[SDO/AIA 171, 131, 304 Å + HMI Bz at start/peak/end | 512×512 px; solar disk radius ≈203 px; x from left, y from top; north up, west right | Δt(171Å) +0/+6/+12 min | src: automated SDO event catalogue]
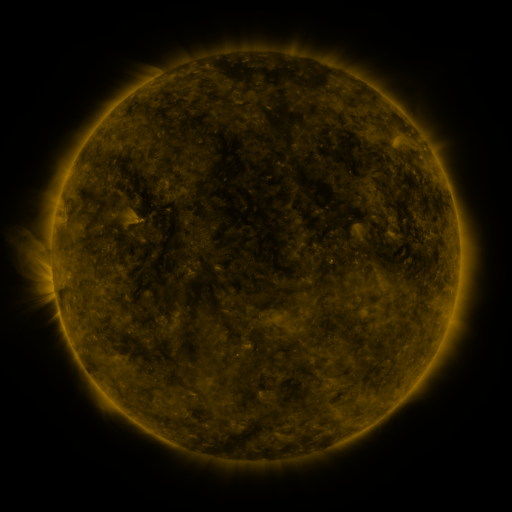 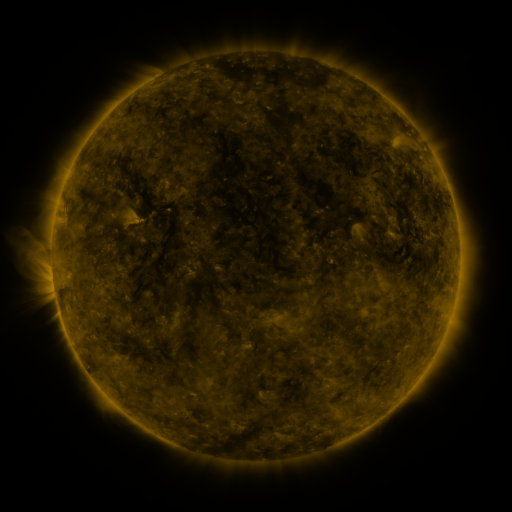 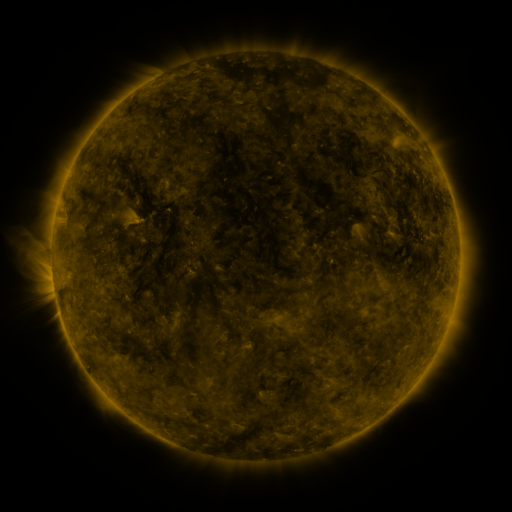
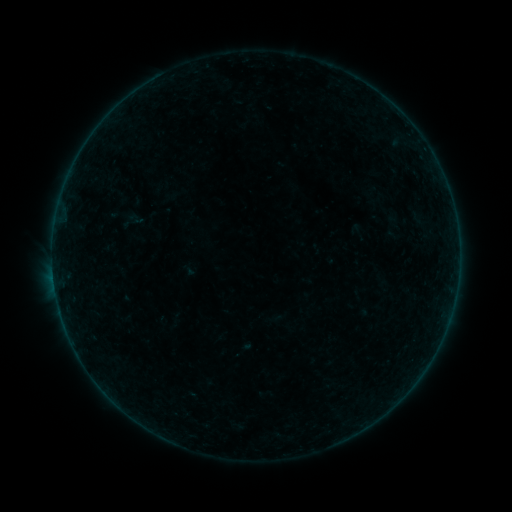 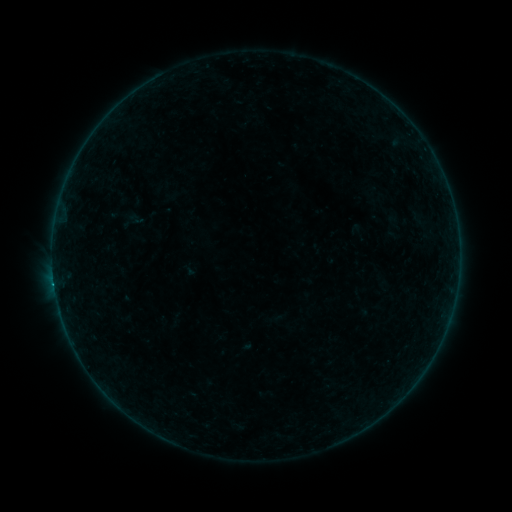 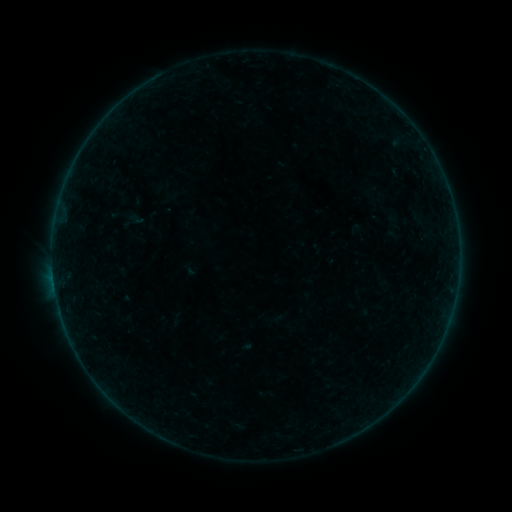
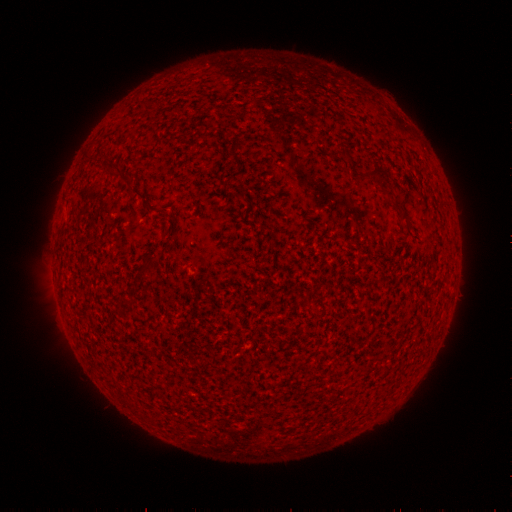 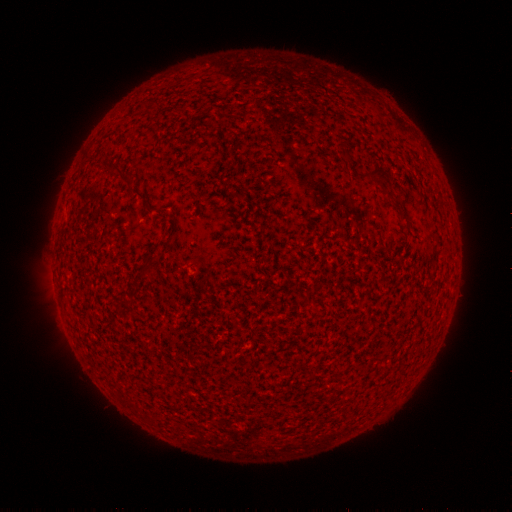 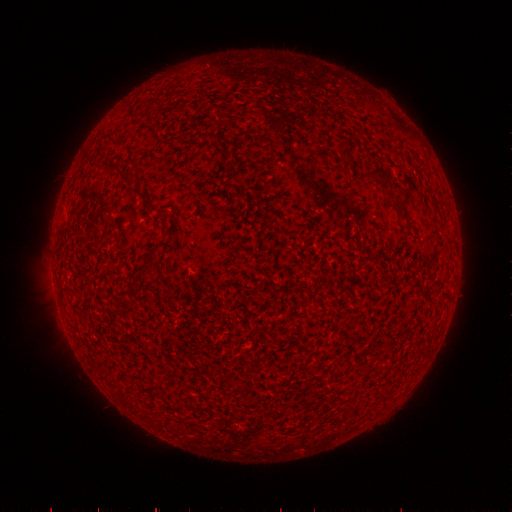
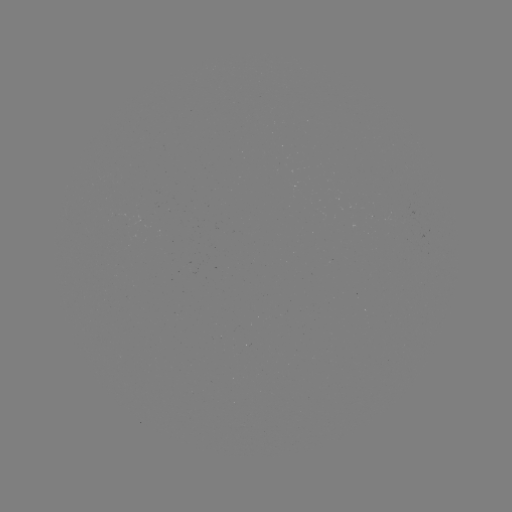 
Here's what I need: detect B2.4 flare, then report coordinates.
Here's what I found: B2.4 flare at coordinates (54, 284).